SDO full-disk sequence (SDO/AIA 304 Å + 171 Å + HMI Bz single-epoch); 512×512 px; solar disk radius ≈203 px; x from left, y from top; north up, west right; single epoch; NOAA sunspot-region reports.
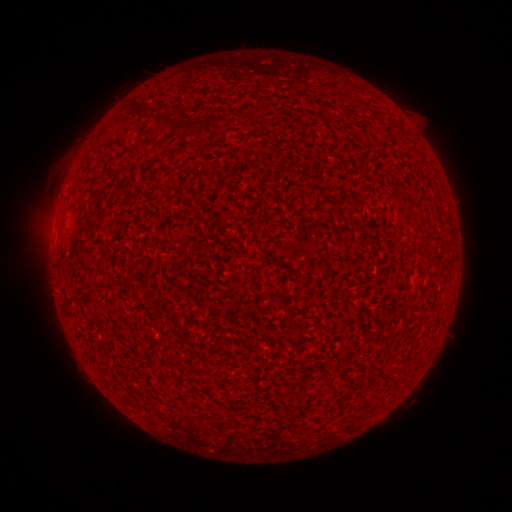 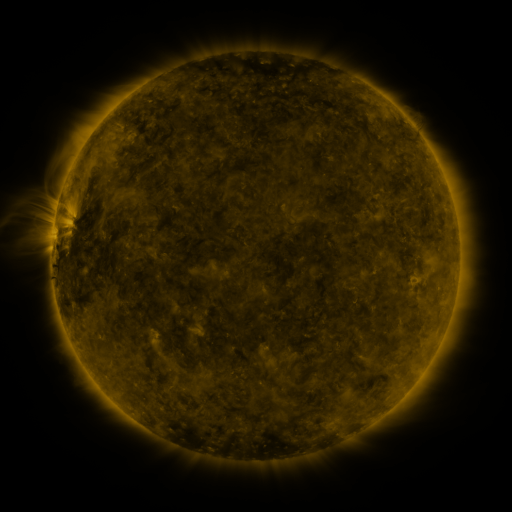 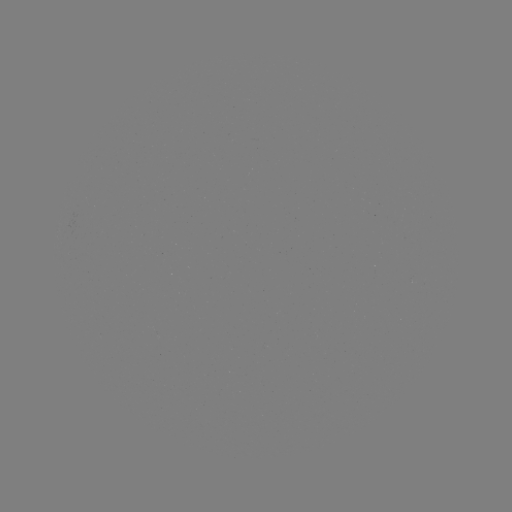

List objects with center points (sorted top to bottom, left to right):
(none)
